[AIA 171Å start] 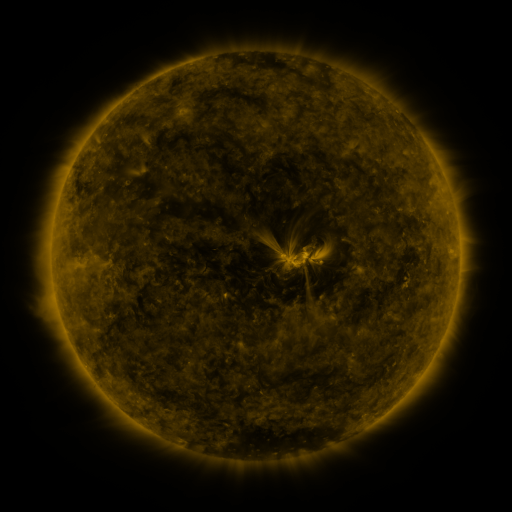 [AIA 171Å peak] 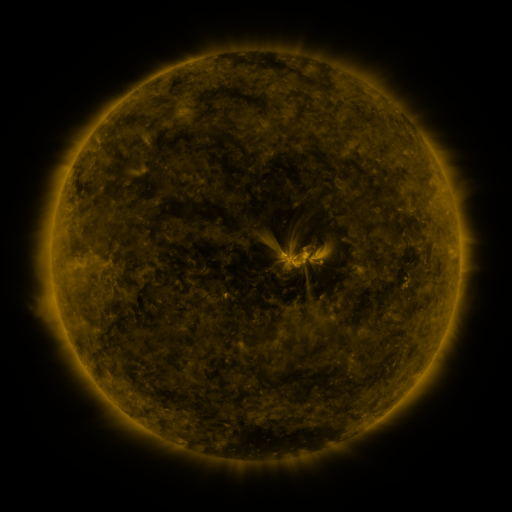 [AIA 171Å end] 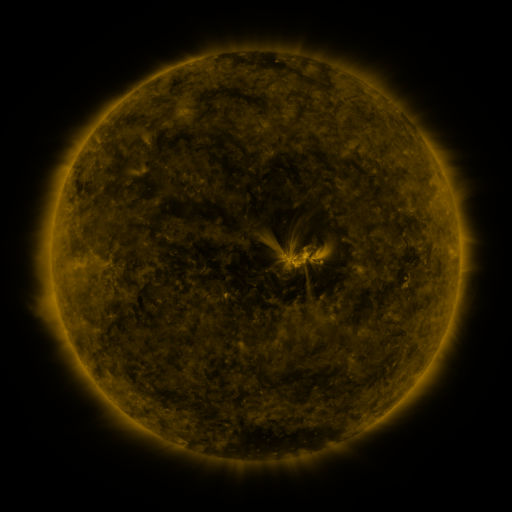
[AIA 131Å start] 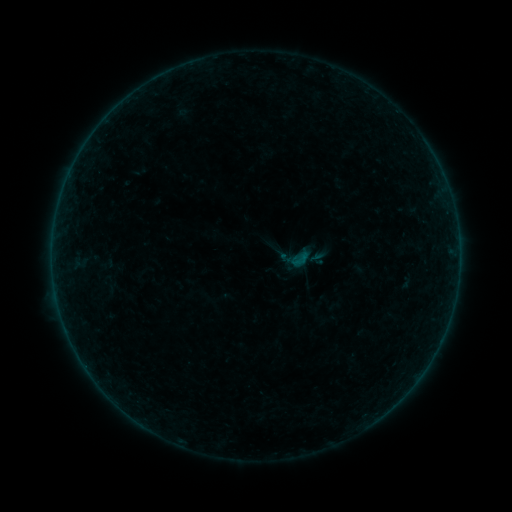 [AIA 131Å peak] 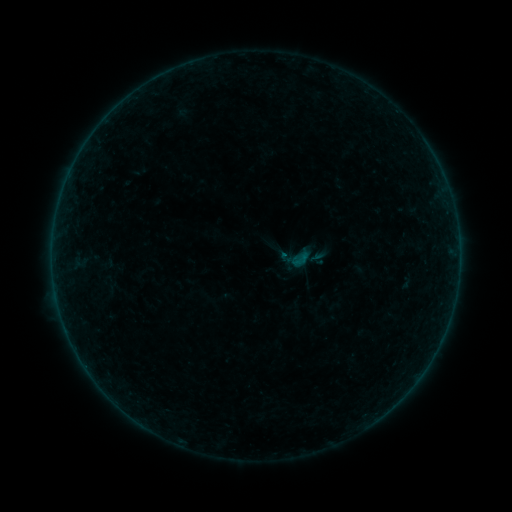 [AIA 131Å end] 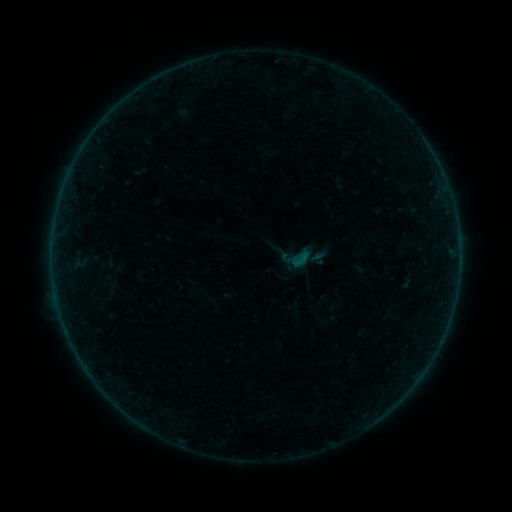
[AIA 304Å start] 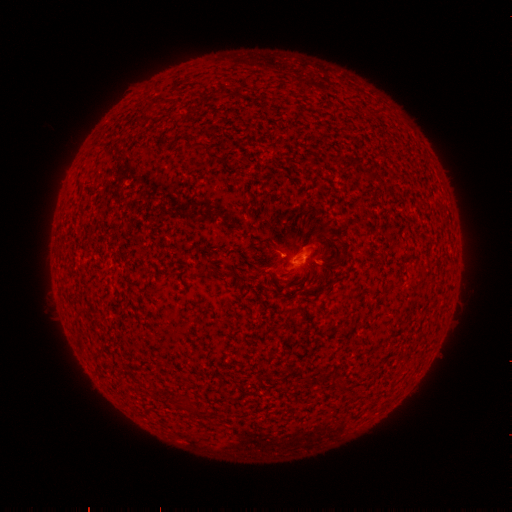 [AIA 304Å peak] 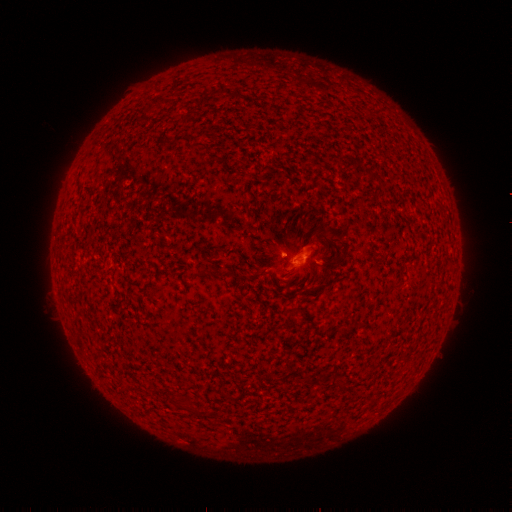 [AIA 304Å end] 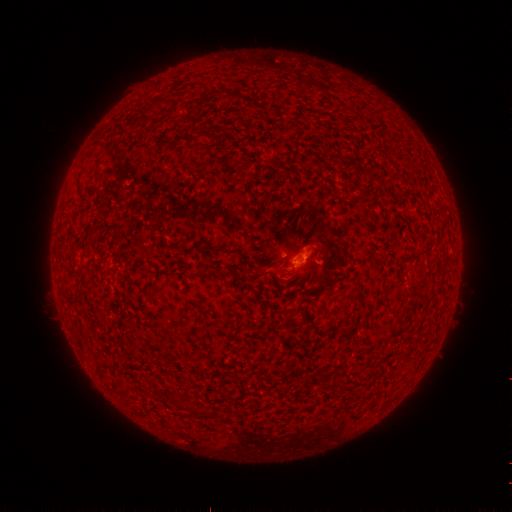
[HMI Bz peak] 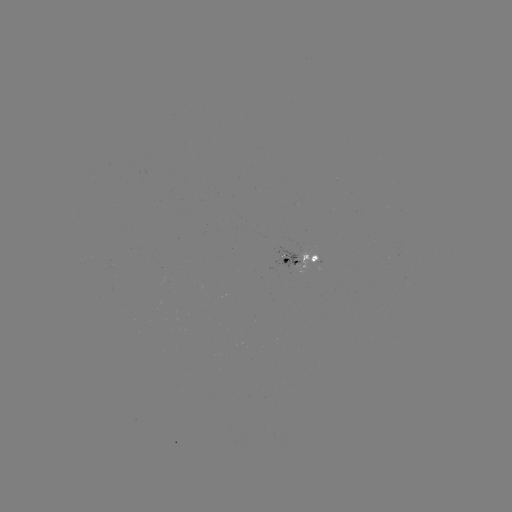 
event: flare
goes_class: B1.0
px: (280, 250)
